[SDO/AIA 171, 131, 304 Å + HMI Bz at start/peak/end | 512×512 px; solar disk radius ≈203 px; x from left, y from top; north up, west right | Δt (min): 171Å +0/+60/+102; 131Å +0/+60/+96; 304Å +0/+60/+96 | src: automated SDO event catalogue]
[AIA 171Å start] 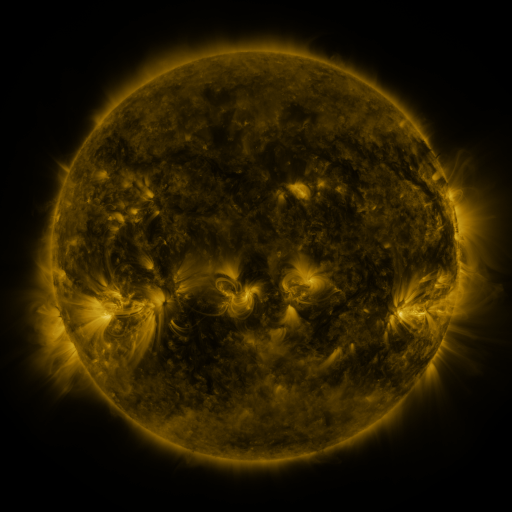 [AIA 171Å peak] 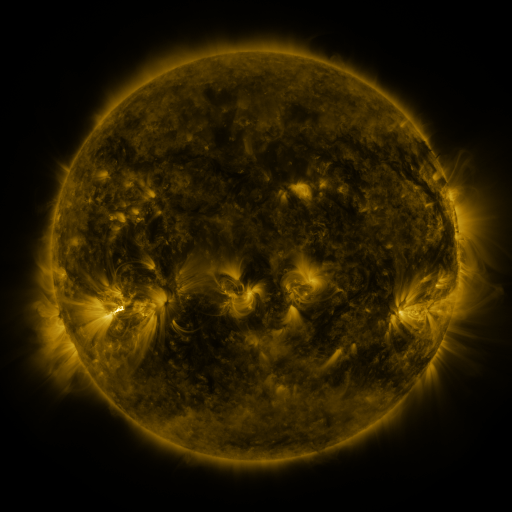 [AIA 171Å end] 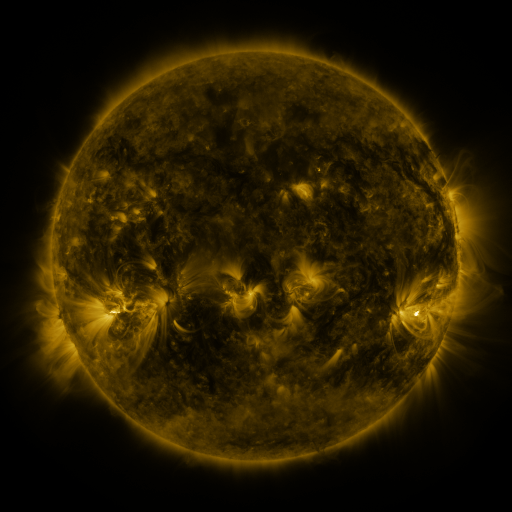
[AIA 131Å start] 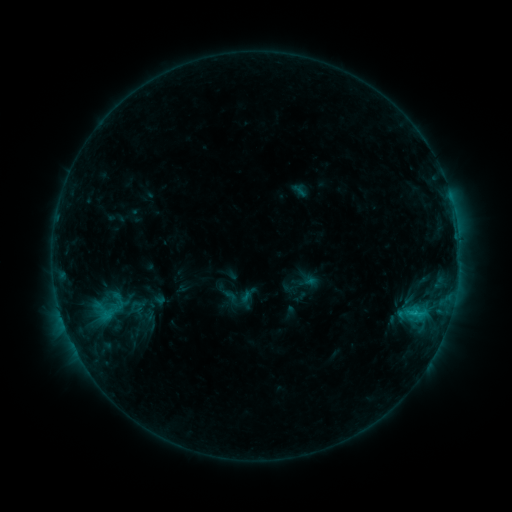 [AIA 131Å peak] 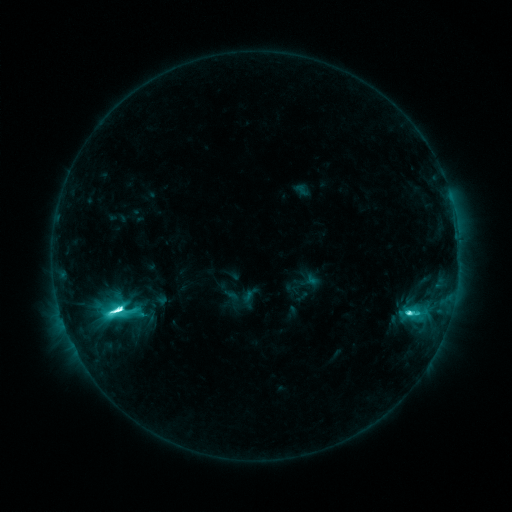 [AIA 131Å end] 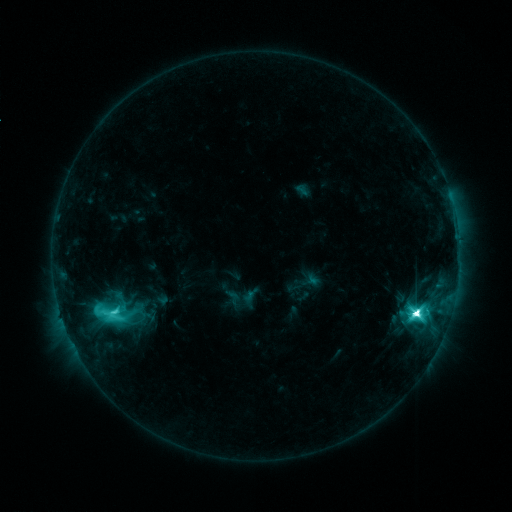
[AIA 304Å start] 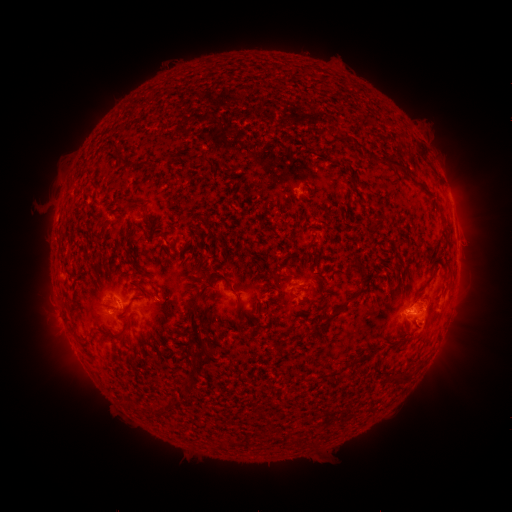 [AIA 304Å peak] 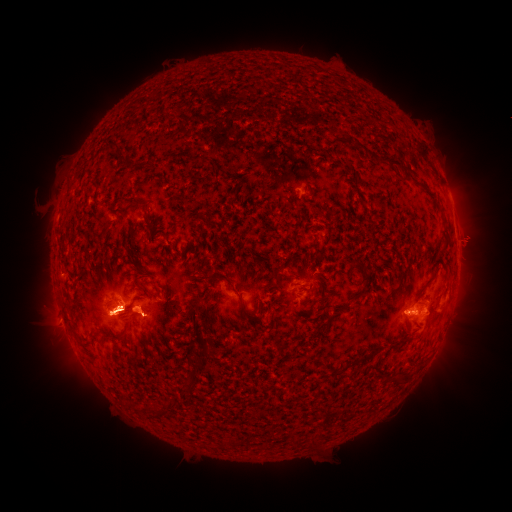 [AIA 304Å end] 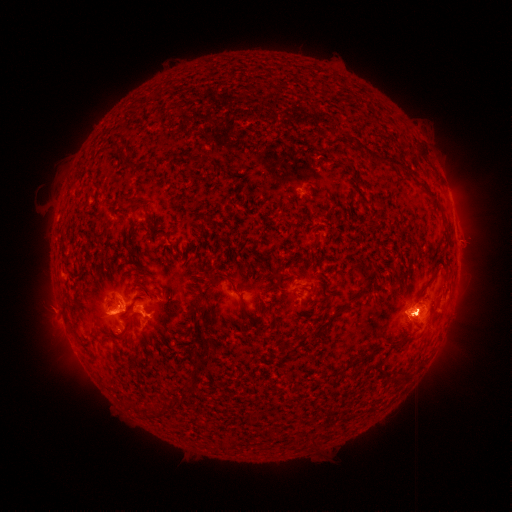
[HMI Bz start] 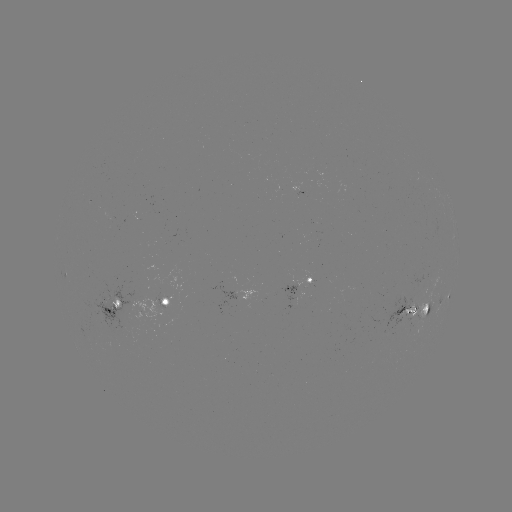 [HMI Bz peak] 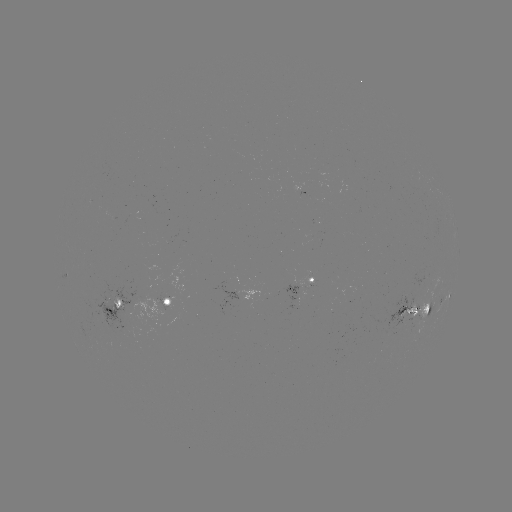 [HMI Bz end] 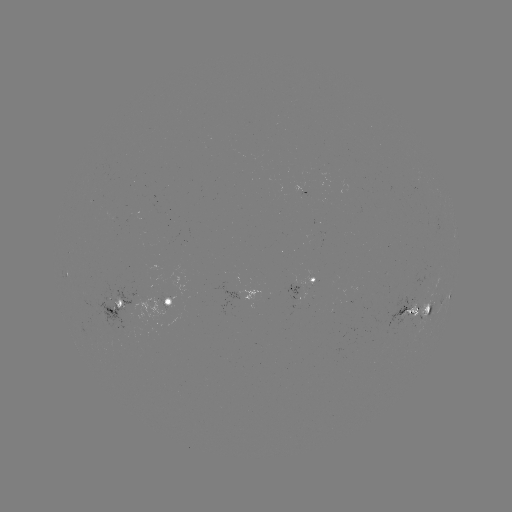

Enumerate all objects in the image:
emerging-flux region: (416, 325)
